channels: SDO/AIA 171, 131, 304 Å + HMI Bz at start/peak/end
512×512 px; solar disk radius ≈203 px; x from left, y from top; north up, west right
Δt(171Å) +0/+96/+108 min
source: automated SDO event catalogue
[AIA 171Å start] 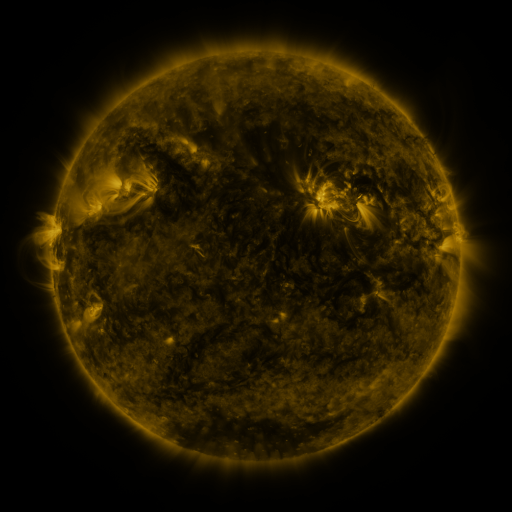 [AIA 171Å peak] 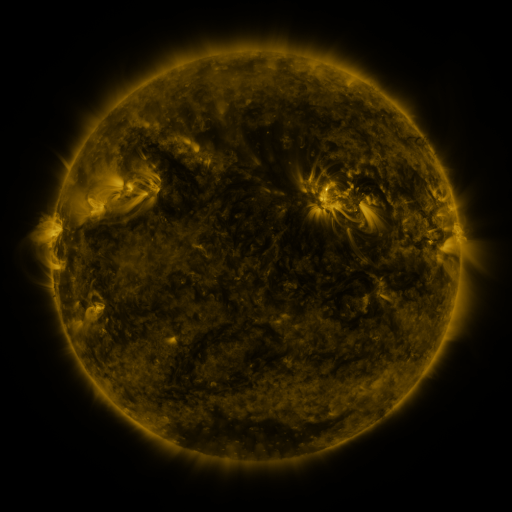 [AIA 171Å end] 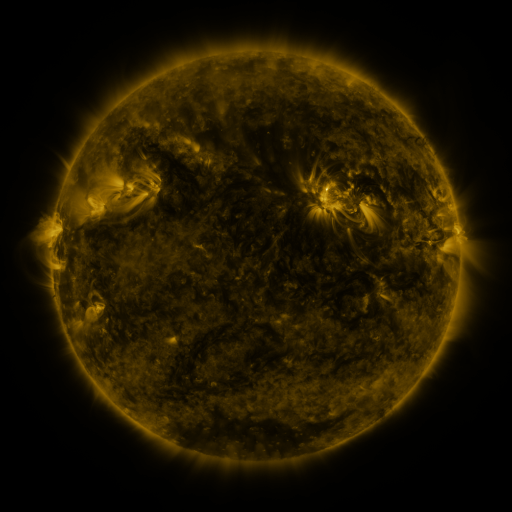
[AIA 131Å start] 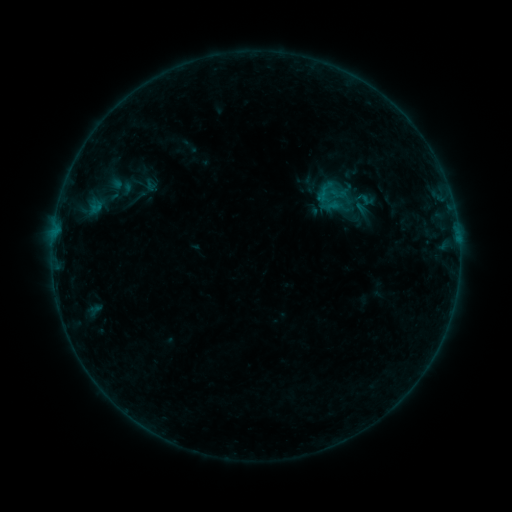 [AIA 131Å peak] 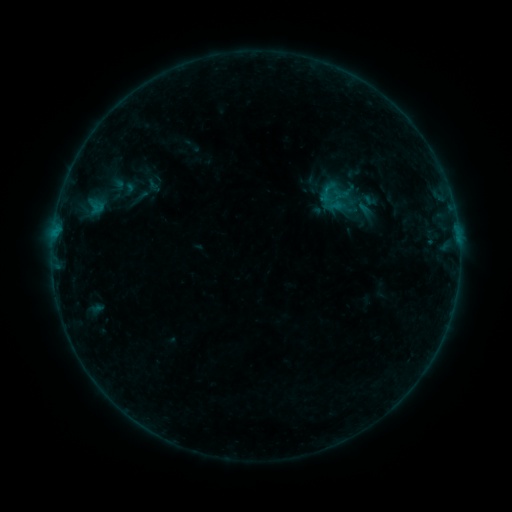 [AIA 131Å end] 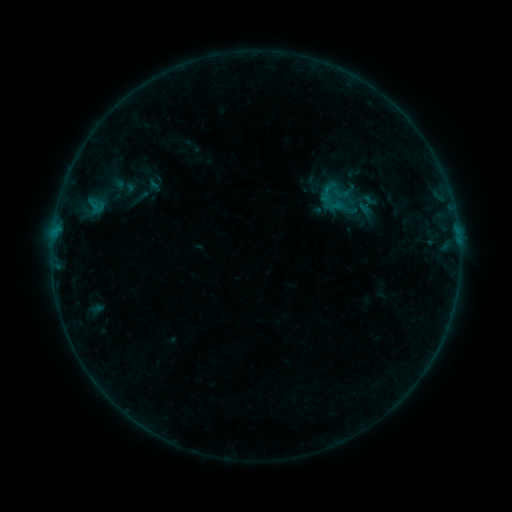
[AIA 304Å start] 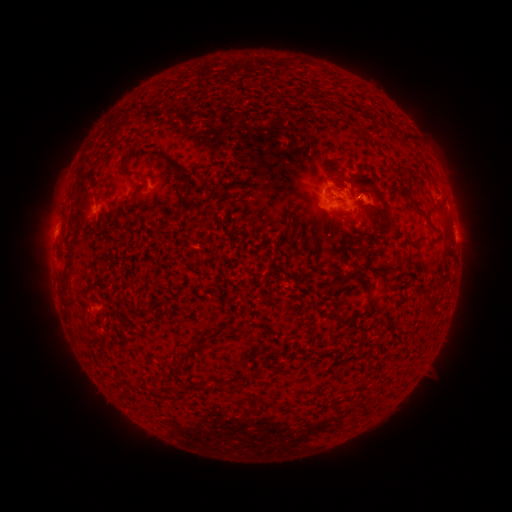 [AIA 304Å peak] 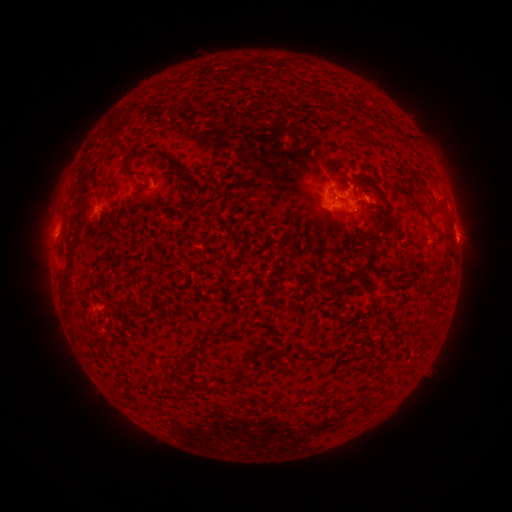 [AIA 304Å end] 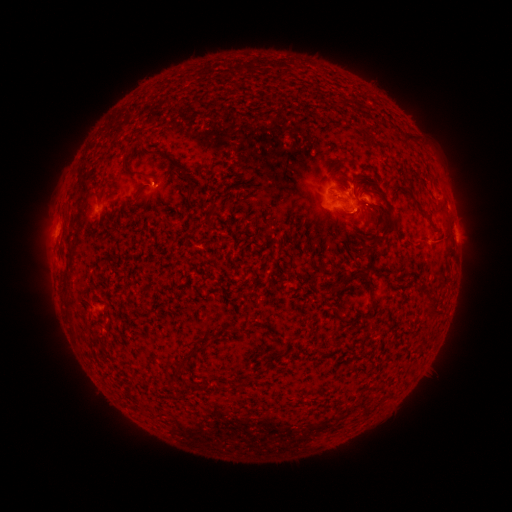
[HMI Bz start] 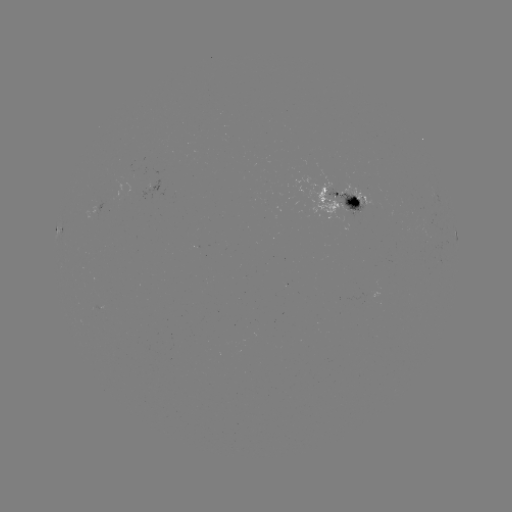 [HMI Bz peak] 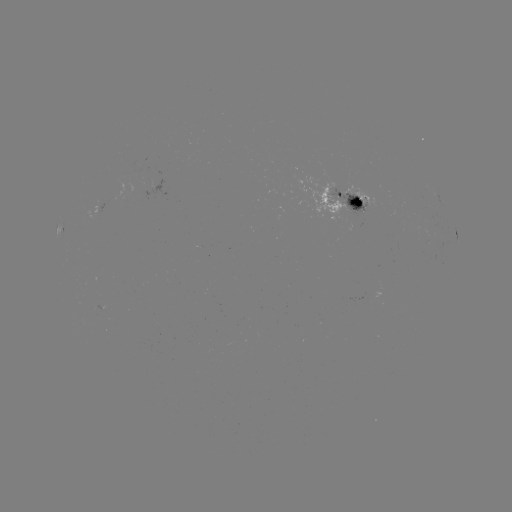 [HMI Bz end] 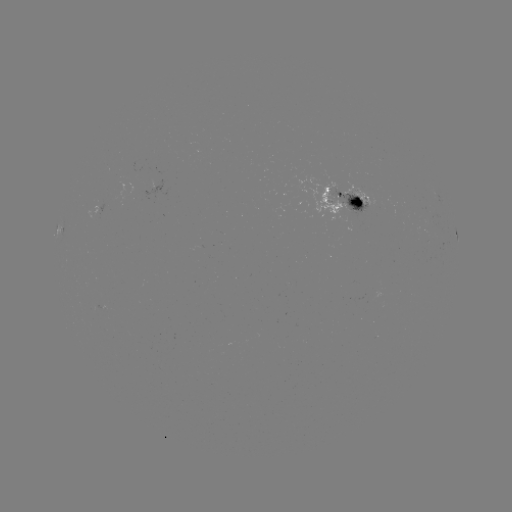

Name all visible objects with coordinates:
emerging-flux region: (335, 196)
